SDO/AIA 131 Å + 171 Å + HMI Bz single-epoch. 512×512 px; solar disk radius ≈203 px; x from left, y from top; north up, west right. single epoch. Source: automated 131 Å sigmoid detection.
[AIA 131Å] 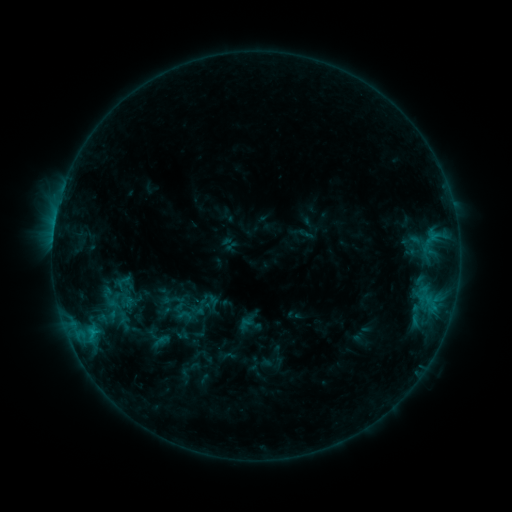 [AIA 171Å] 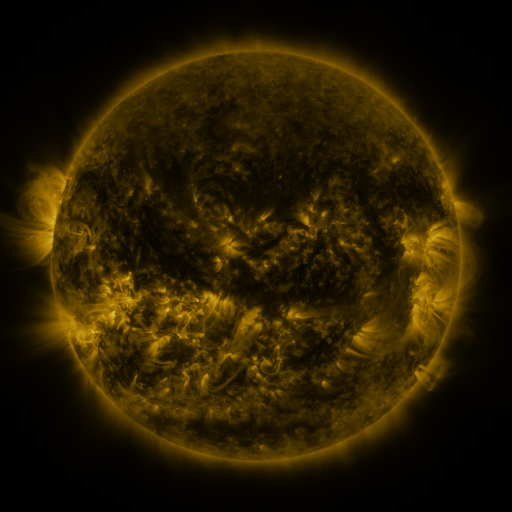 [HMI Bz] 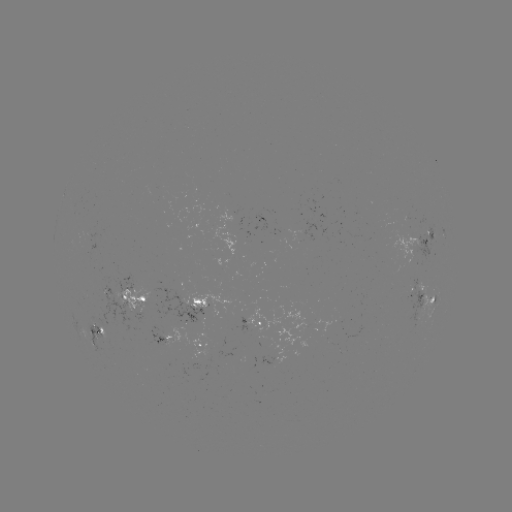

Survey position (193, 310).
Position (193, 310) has sigmoid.